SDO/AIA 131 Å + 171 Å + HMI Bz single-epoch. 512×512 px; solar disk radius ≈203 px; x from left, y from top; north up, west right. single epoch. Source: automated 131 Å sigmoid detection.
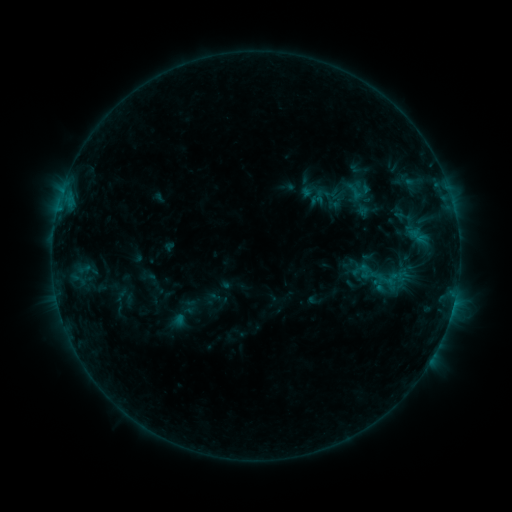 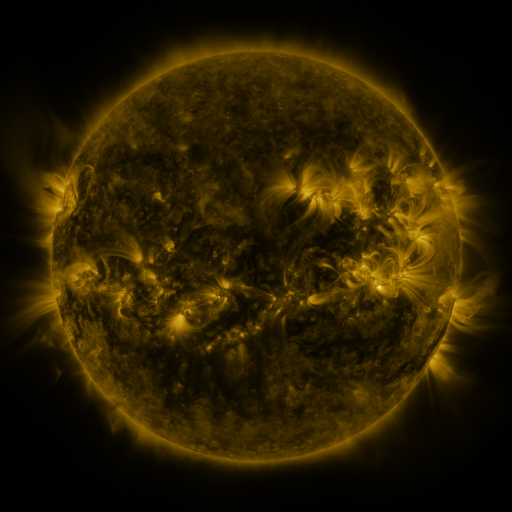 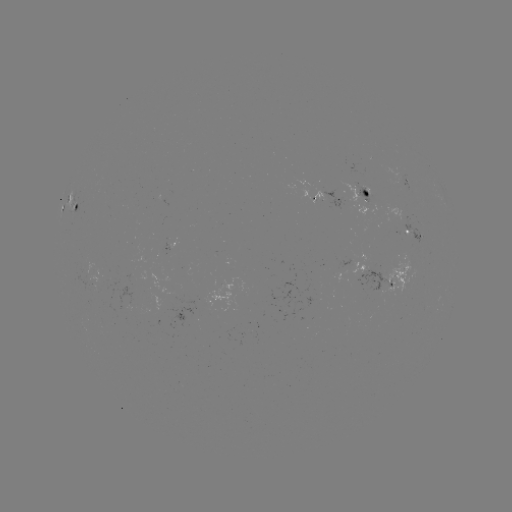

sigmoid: <bbox>312, 184, 340, 211</bbox>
